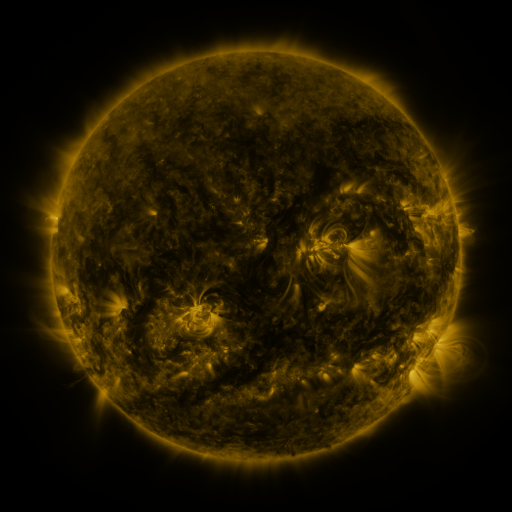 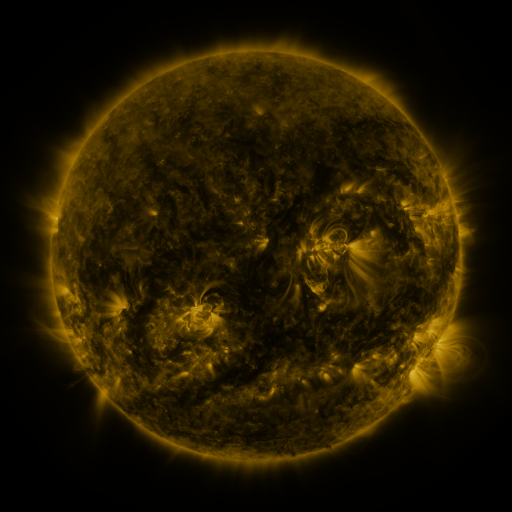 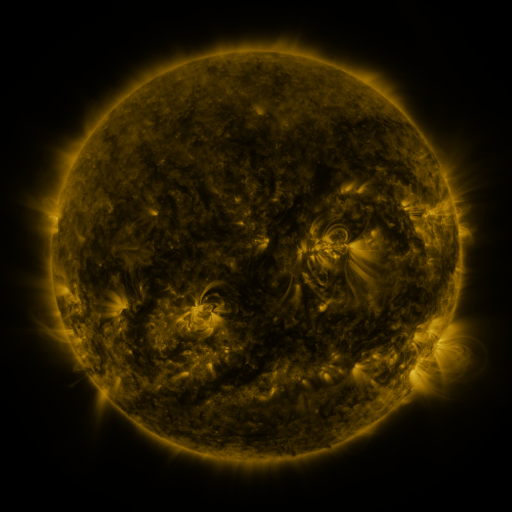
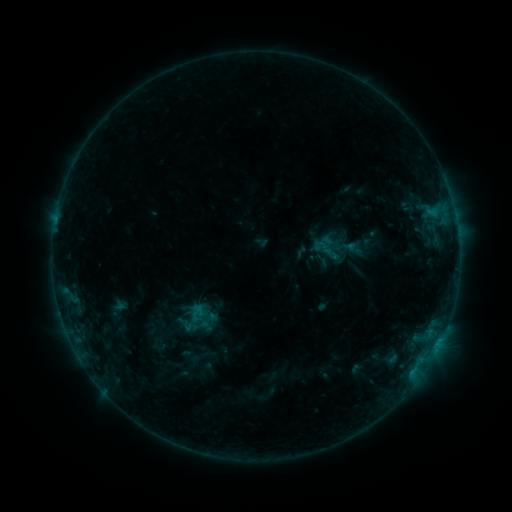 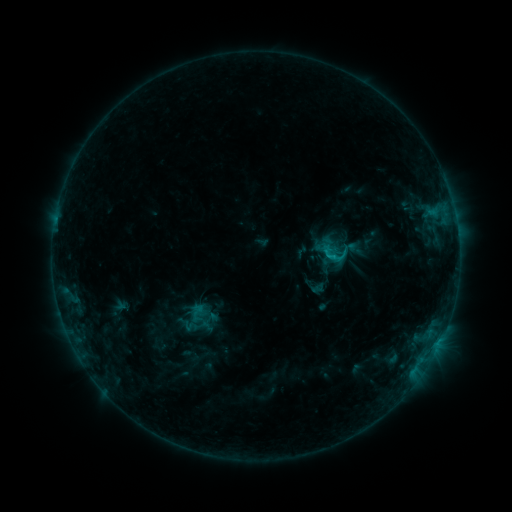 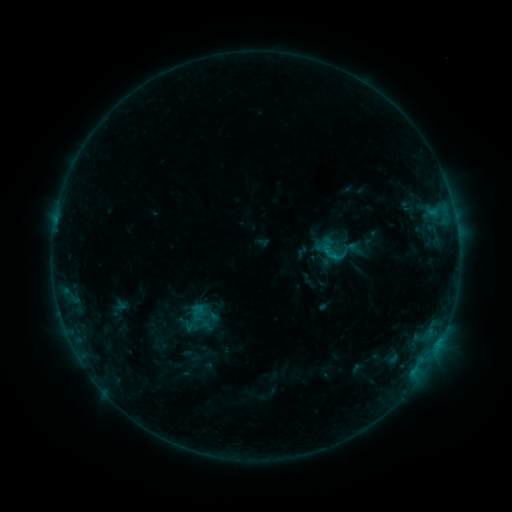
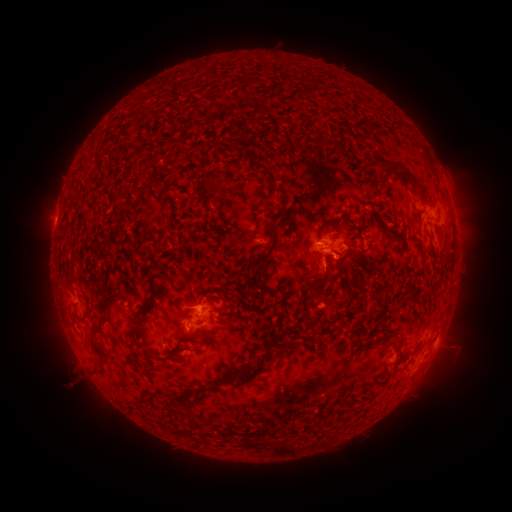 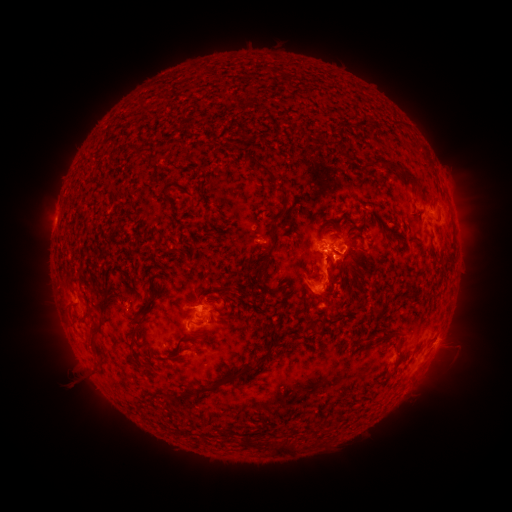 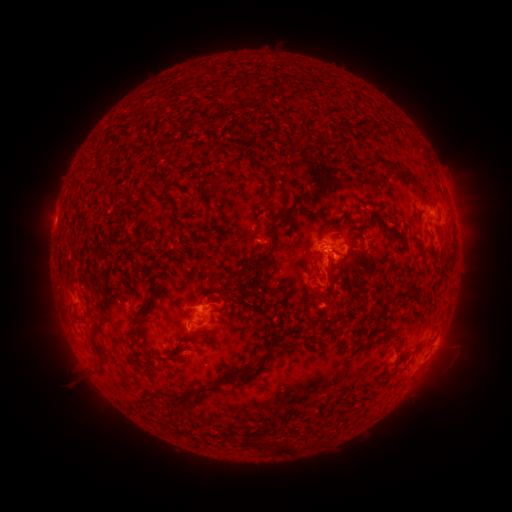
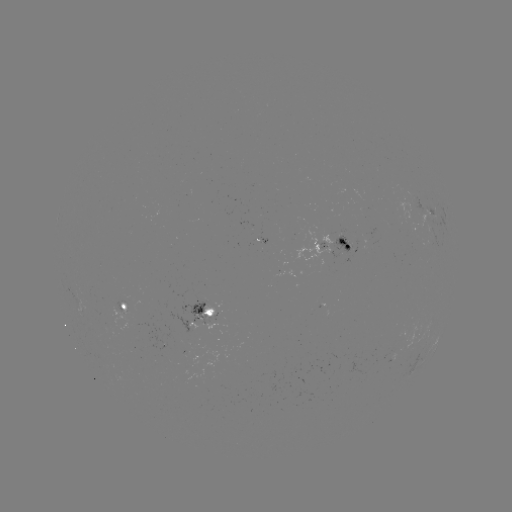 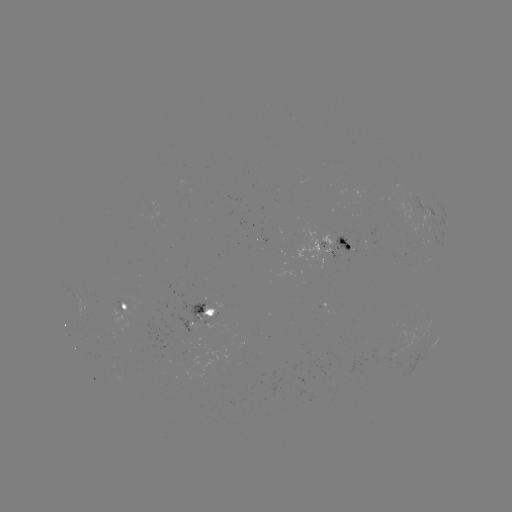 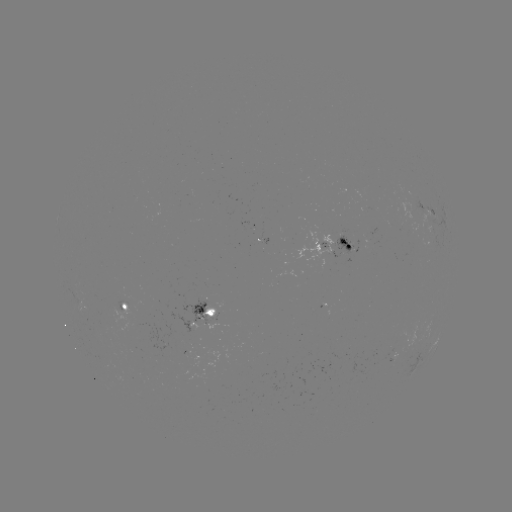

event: eruption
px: (328, 283)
